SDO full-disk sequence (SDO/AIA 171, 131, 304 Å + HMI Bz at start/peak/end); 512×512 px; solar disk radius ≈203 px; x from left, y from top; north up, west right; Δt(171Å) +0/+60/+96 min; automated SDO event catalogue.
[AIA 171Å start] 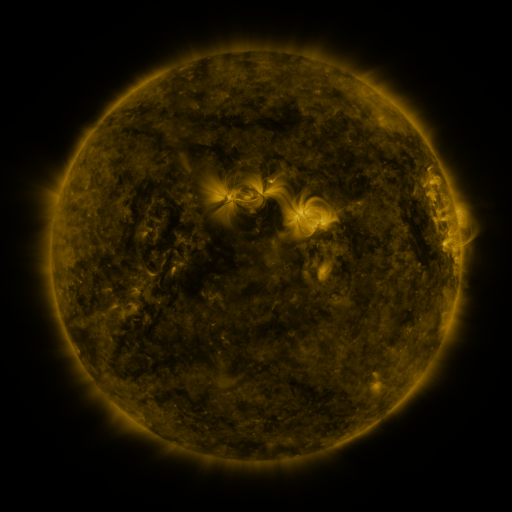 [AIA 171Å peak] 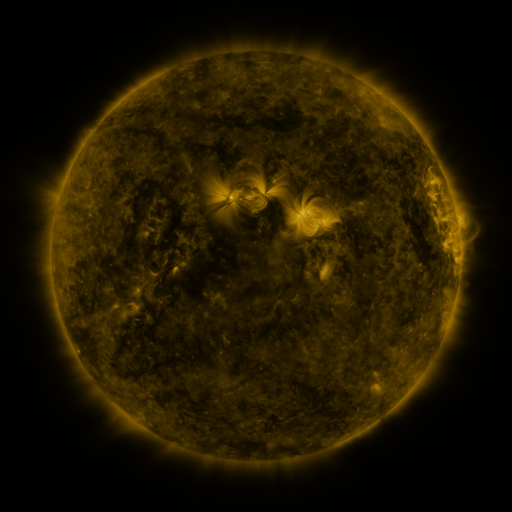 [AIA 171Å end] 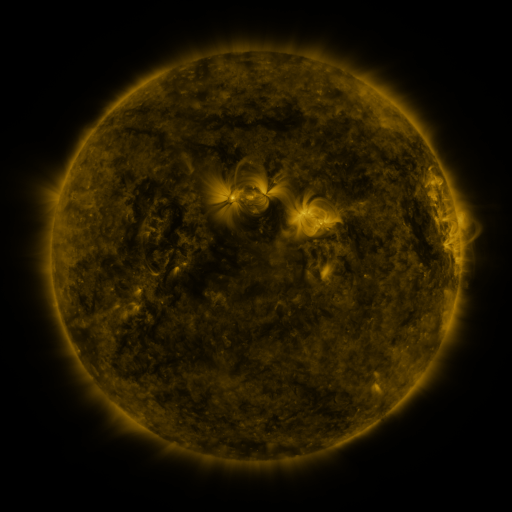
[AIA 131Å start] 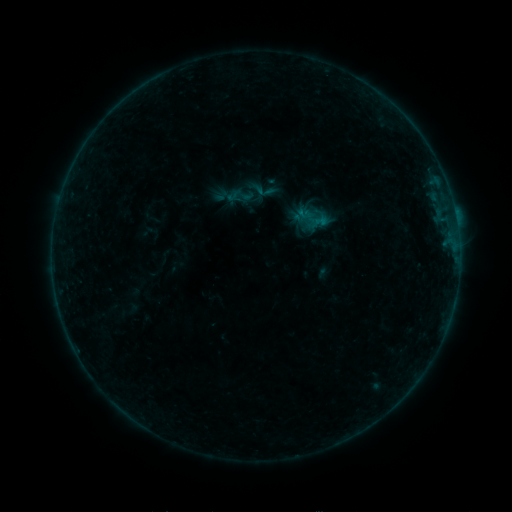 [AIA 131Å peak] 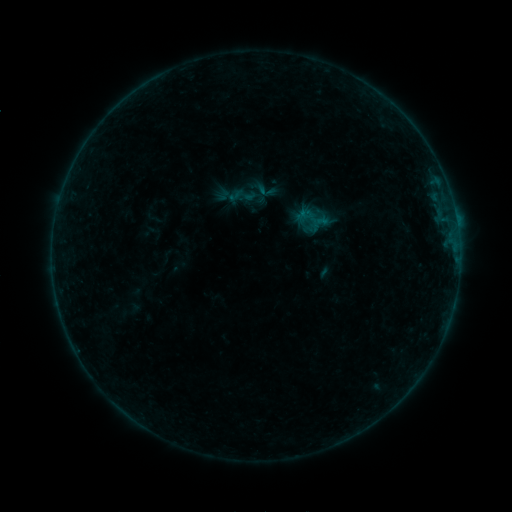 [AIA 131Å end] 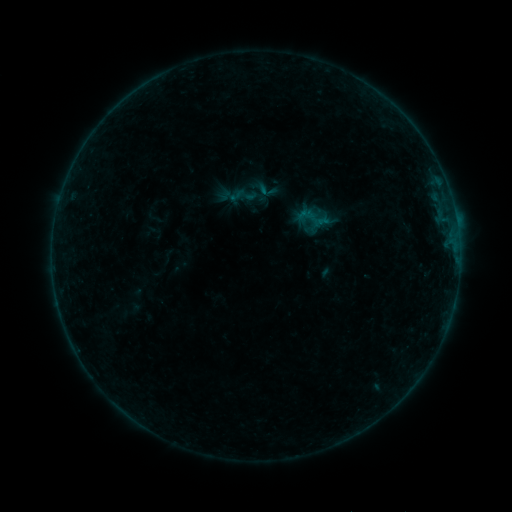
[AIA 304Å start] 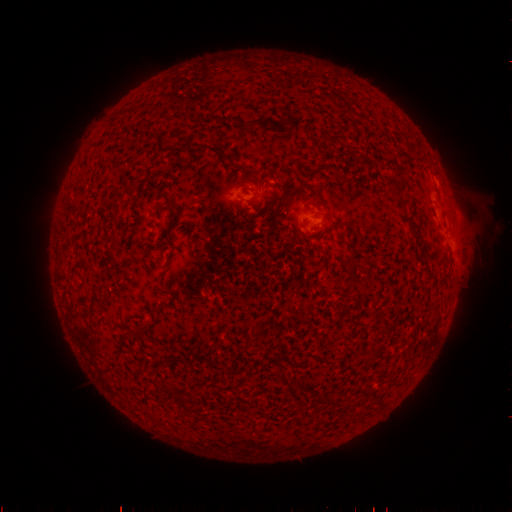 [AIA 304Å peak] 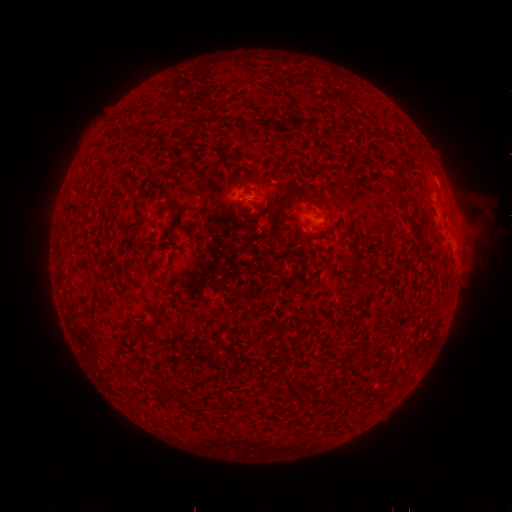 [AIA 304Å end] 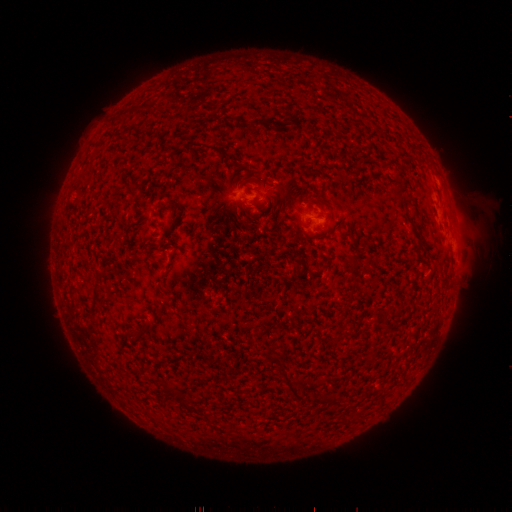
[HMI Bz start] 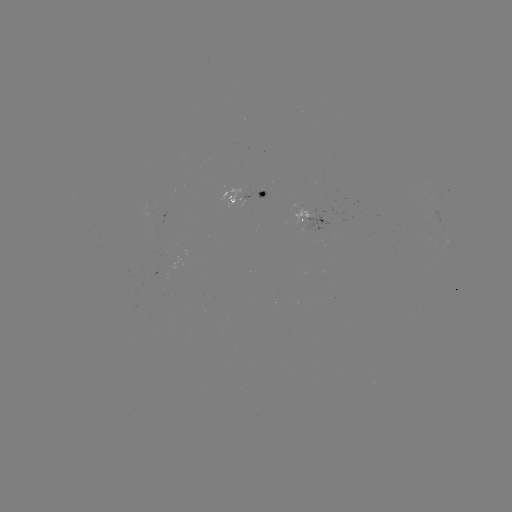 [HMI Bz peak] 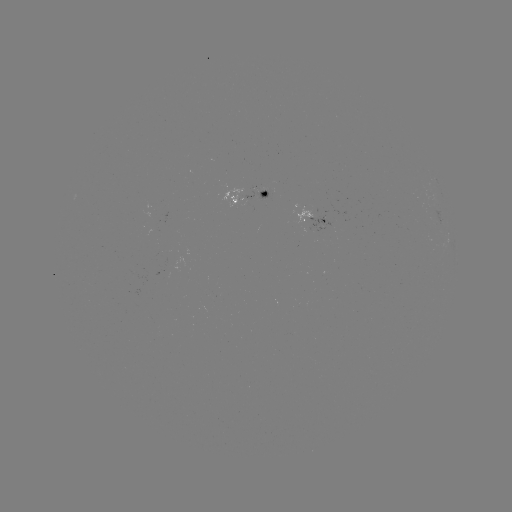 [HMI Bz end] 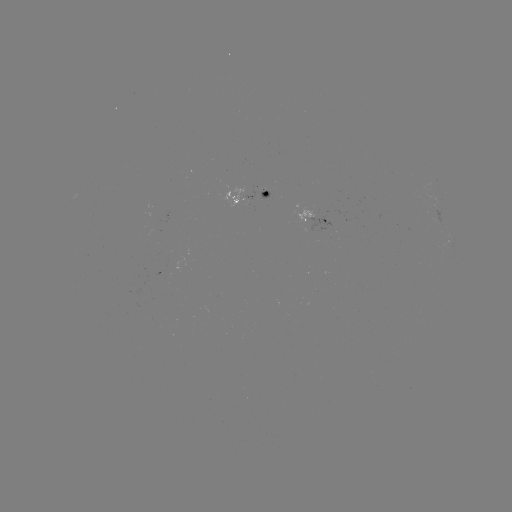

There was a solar emerging-flux region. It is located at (260, 194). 